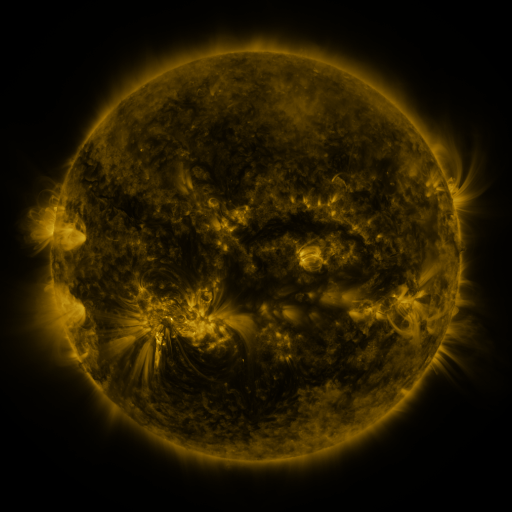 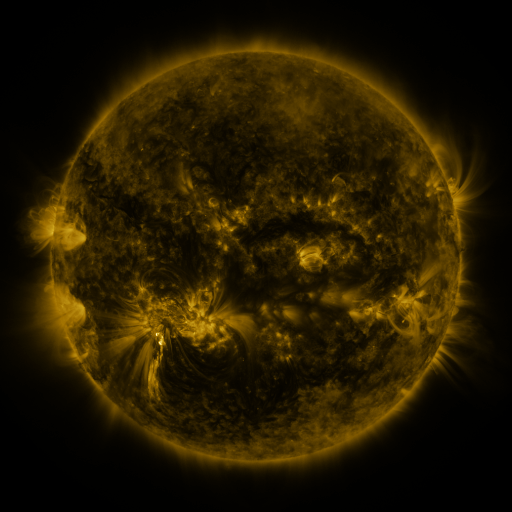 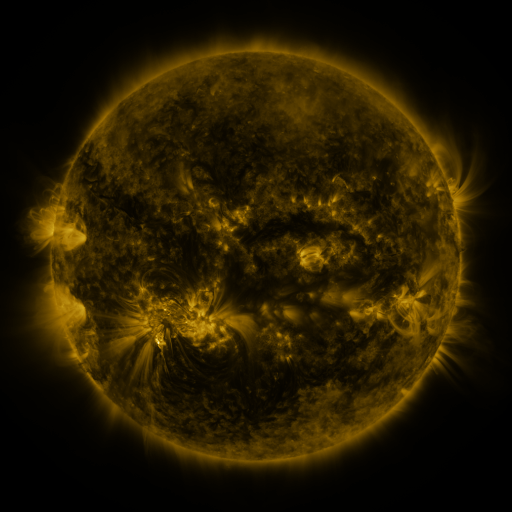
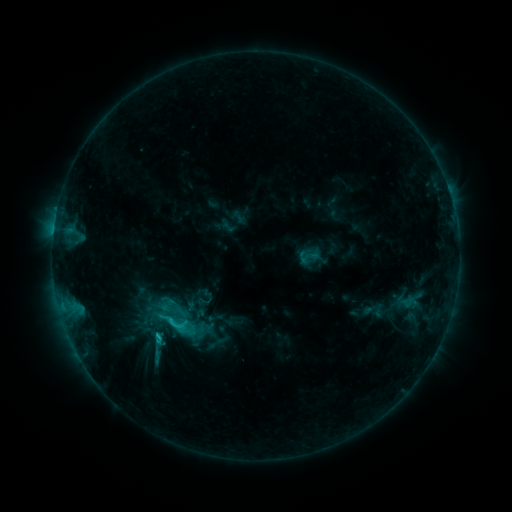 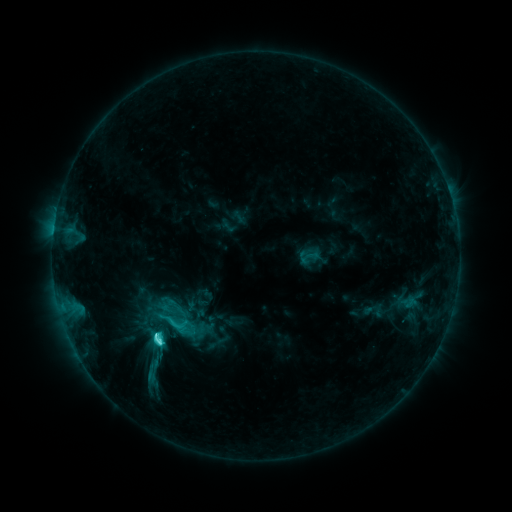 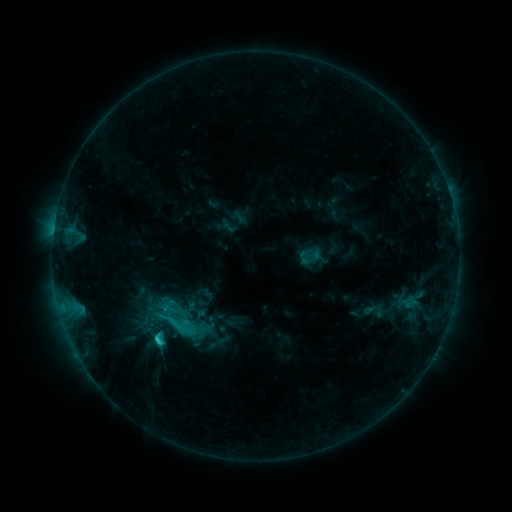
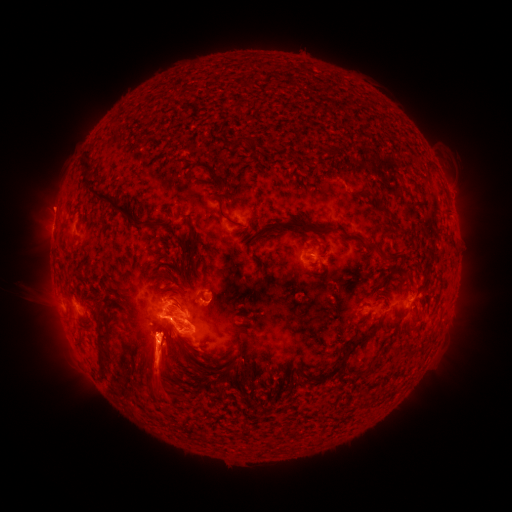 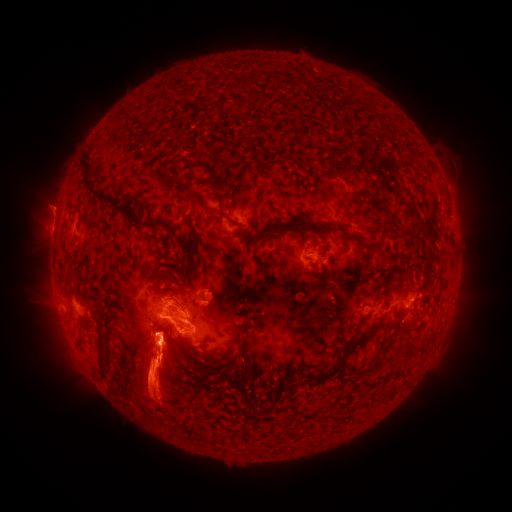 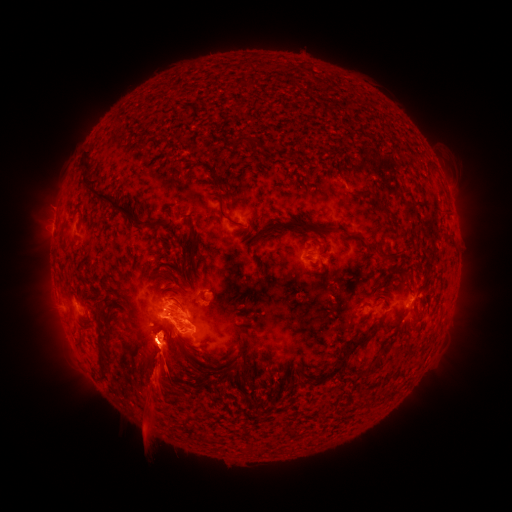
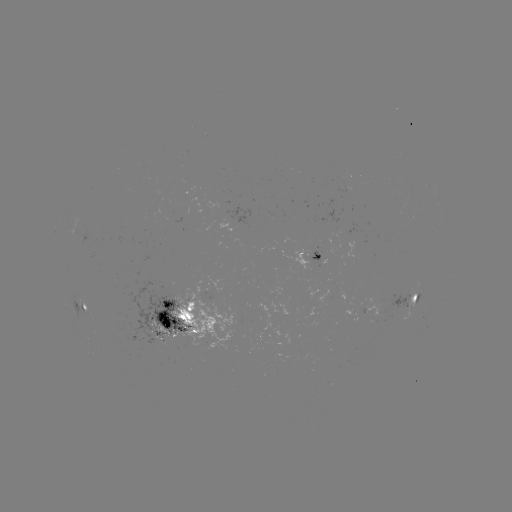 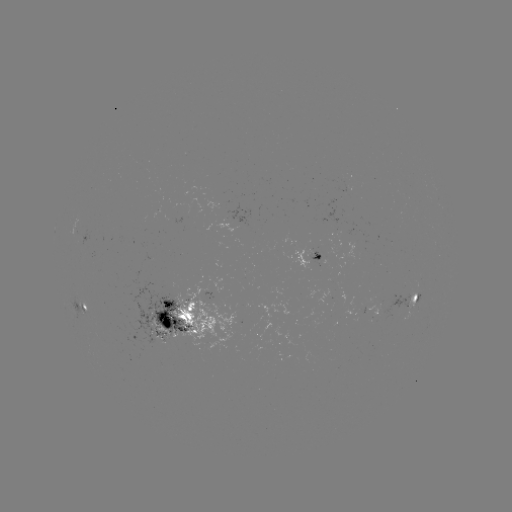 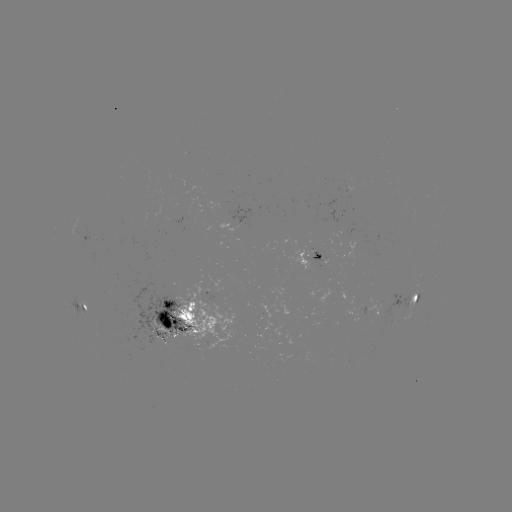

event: eruption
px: (74, 369)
